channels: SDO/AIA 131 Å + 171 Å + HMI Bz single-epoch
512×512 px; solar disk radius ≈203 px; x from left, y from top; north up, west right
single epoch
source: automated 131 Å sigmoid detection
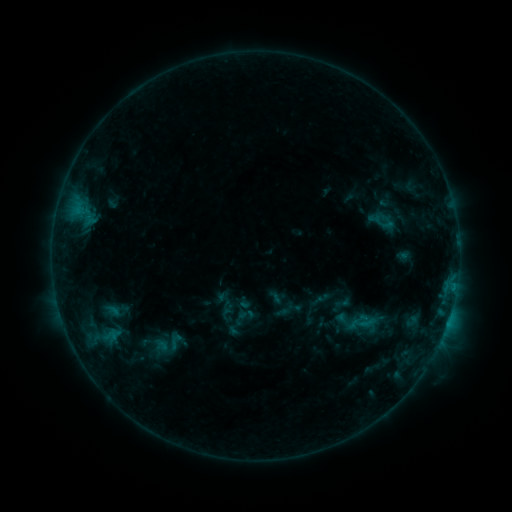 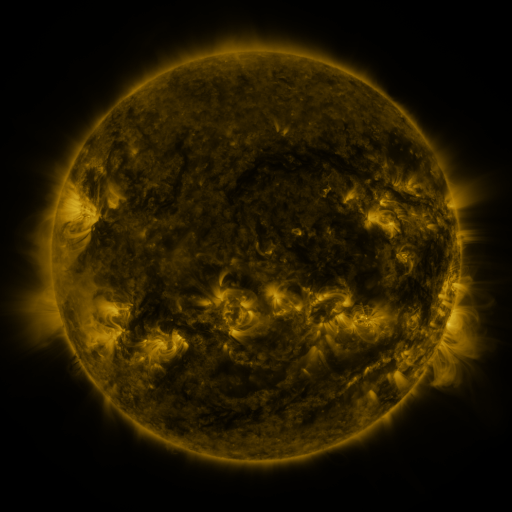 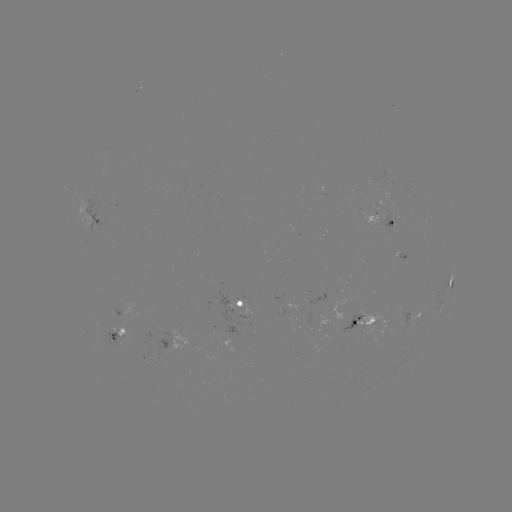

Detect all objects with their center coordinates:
sigmoid: <bbox>348, 309, 377, 338</bbox>
sigmoid: <bbox>145, 325, 189, 362</bbox>
